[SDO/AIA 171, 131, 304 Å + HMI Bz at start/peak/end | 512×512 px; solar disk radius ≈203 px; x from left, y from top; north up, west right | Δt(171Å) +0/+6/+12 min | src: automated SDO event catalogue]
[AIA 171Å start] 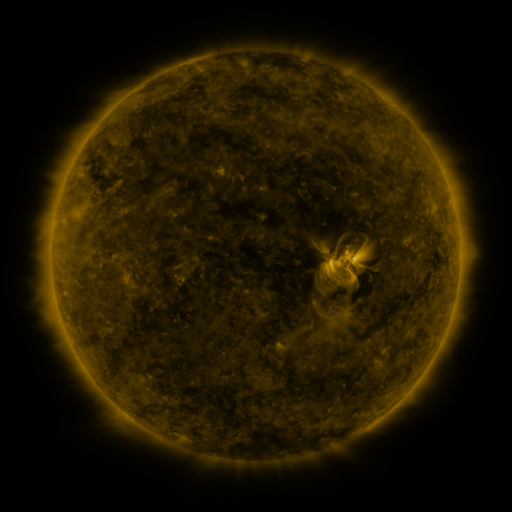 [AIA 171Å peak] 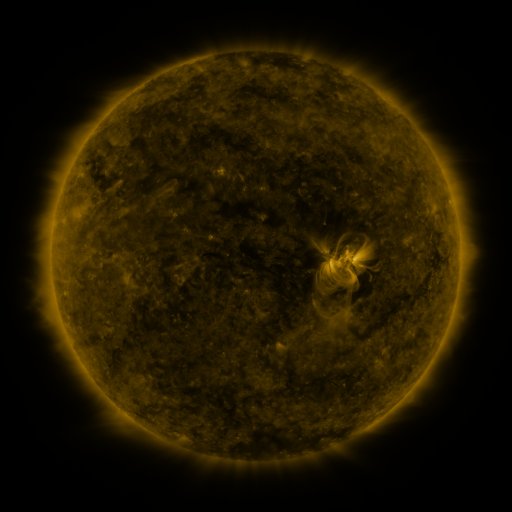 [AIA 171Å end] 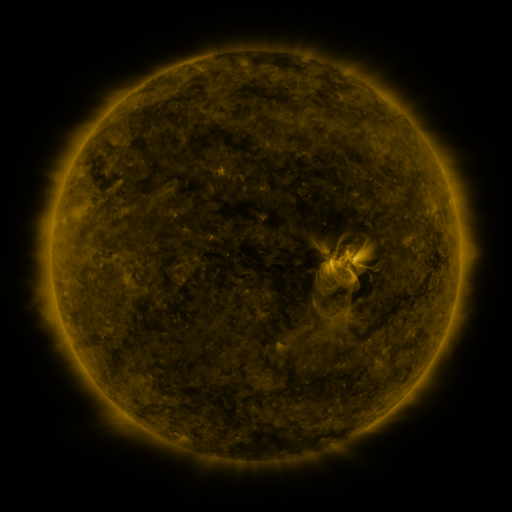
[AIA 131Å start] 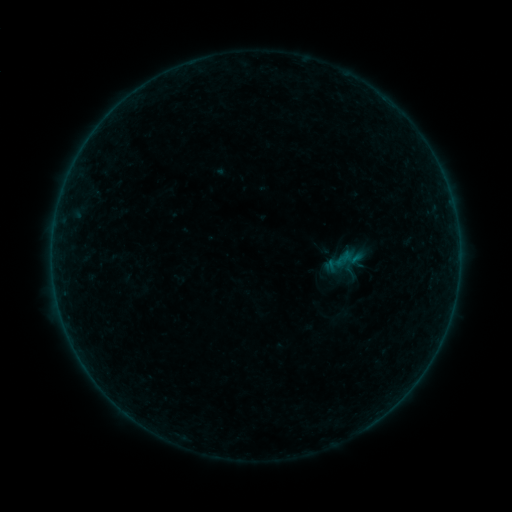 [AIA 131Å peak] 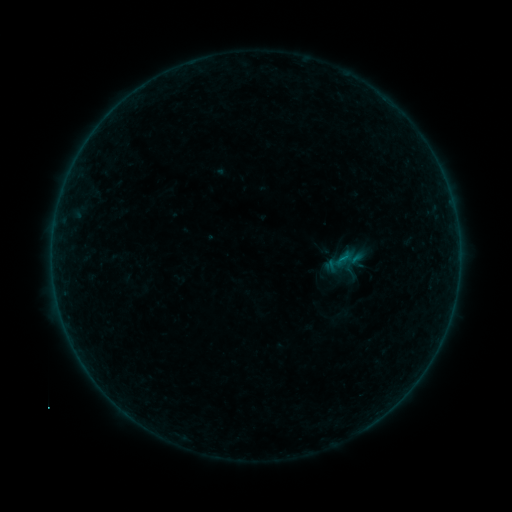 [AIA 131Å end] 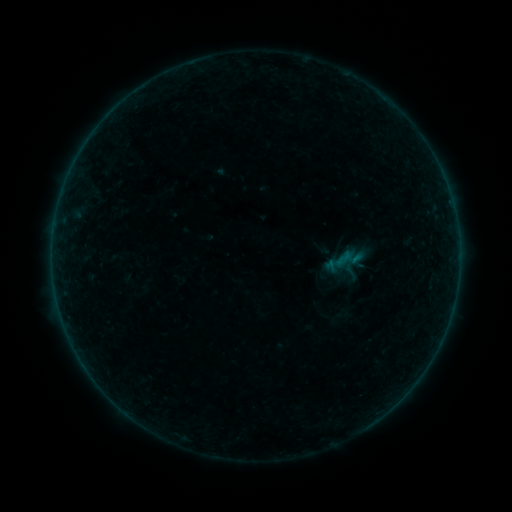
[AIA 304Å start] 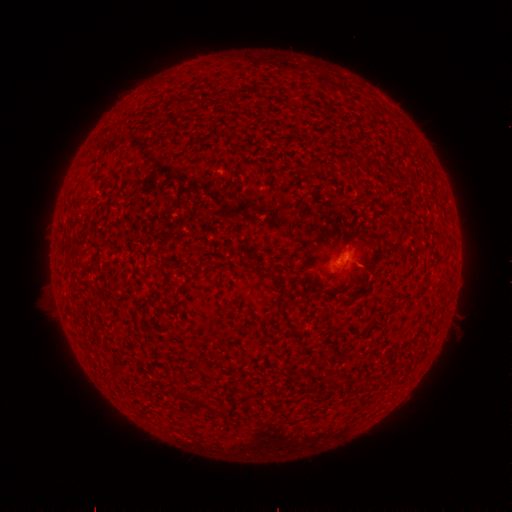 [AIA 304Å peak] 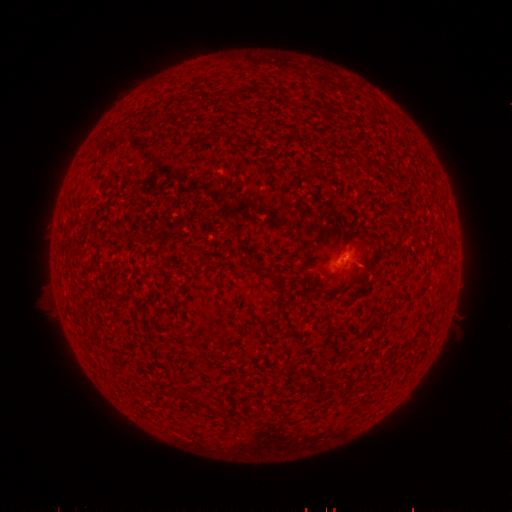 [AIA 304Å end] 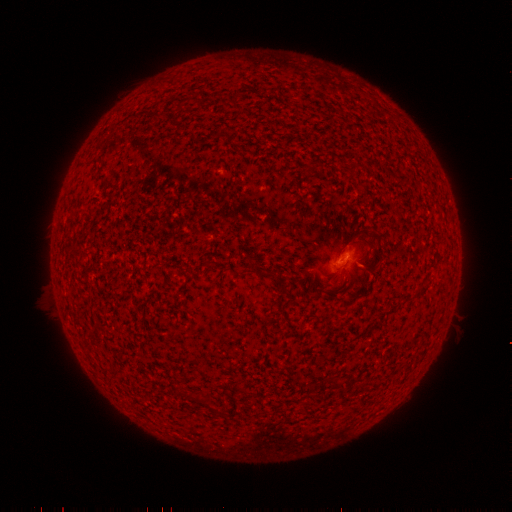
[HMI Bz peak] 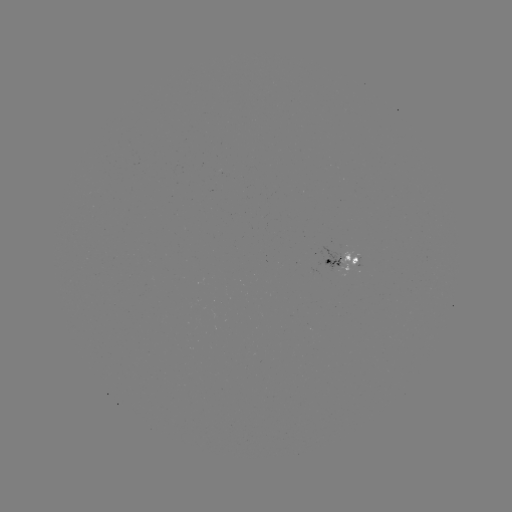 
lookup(B1.2 flare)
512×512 393,106